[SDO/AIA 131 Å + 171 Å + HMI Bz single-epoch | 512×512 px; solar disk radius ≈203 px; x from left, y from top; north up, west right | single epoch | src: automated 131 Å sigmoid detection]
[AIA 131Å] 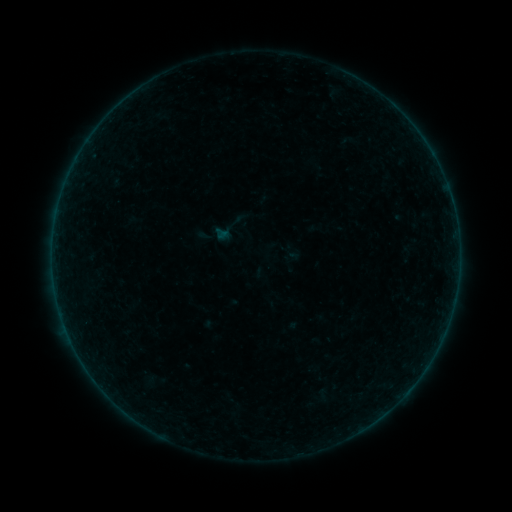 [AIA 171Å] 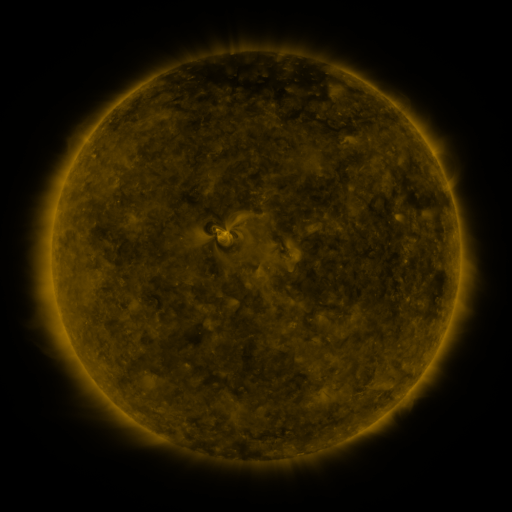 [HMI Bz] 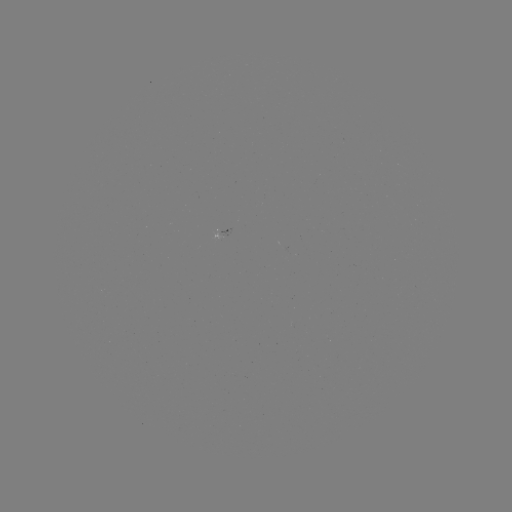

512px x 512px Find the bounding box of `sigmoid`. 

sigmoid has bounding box [210, 210, 246, 248].